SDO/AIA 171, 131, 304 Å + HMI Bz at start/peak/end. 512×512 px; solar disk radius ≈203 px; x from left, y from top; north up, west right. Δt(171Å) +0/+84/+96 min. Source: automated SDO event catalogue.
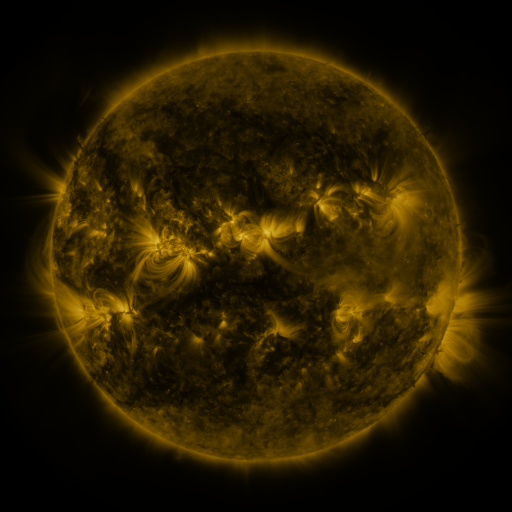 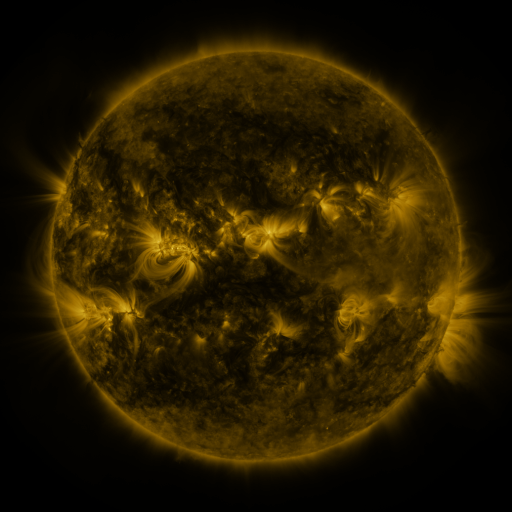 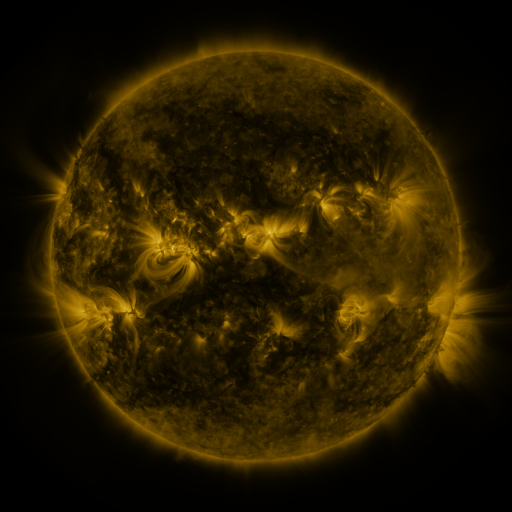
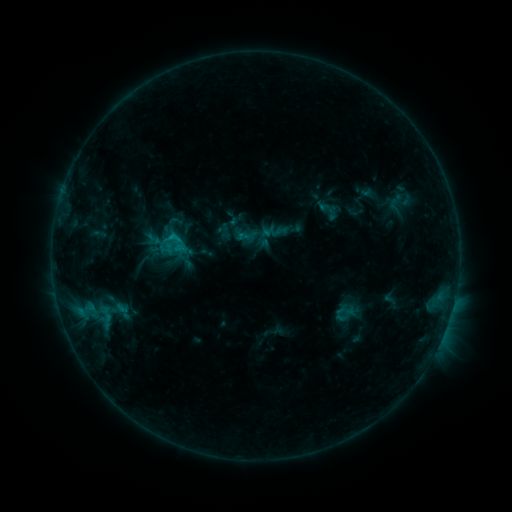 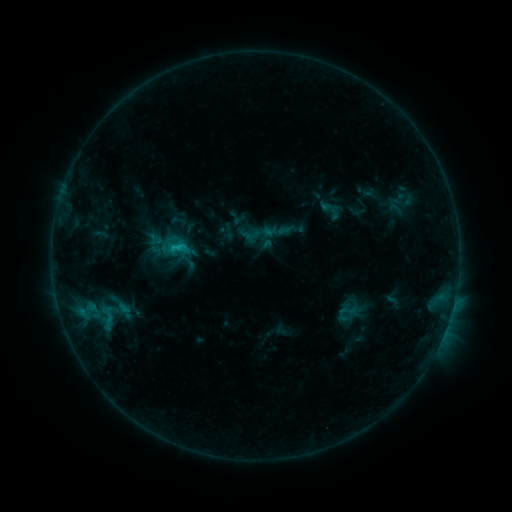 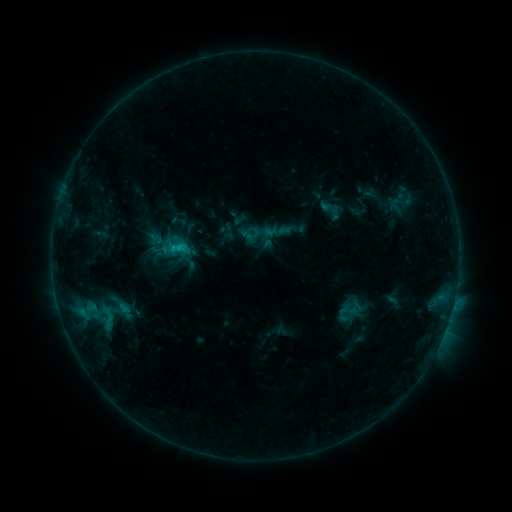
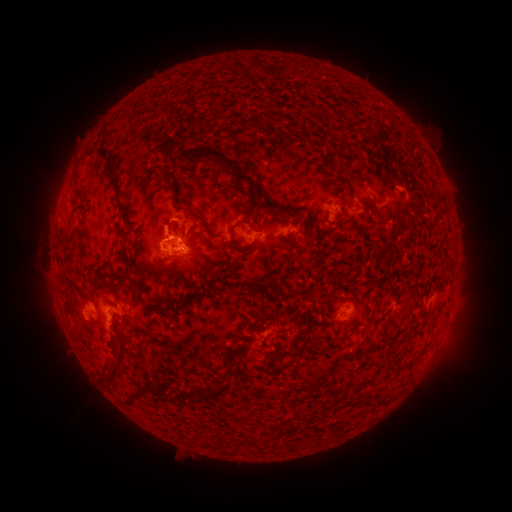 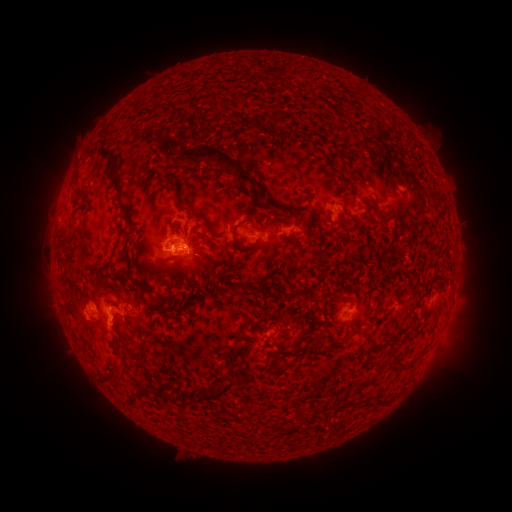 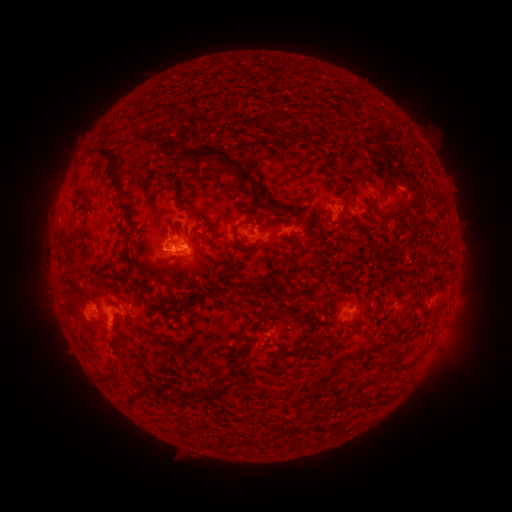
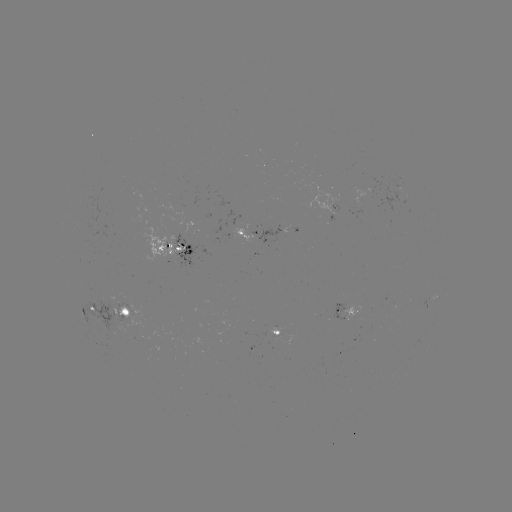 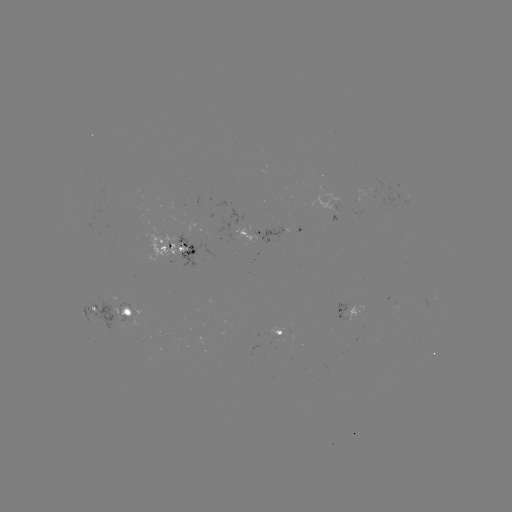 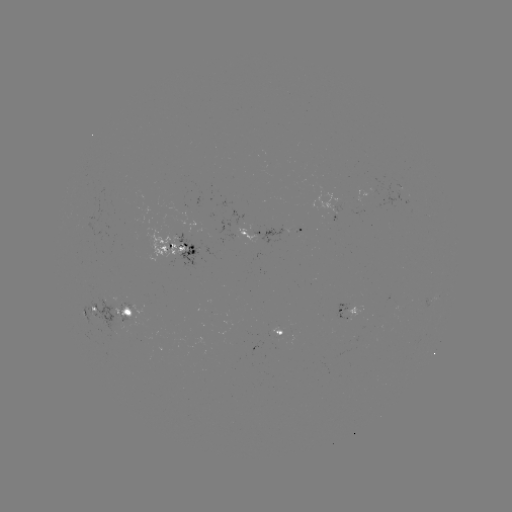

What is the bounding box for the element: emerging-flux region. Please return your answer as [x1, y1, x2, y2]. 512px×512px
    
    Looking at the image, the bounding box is [111, 303, 134, 323].